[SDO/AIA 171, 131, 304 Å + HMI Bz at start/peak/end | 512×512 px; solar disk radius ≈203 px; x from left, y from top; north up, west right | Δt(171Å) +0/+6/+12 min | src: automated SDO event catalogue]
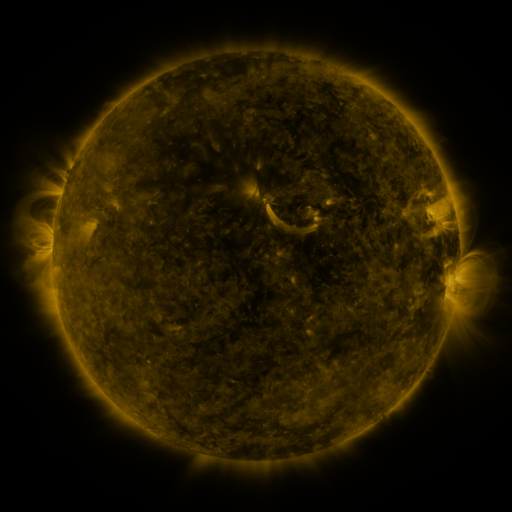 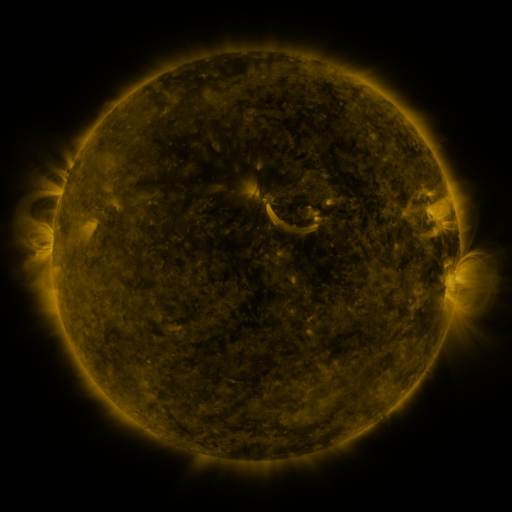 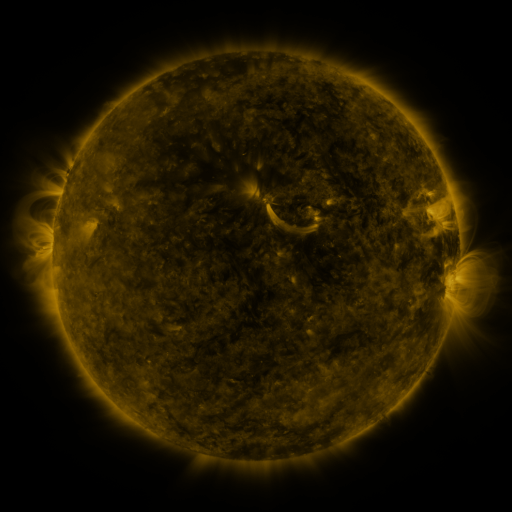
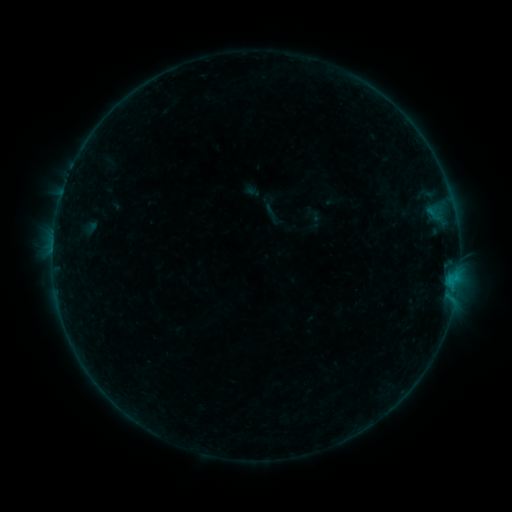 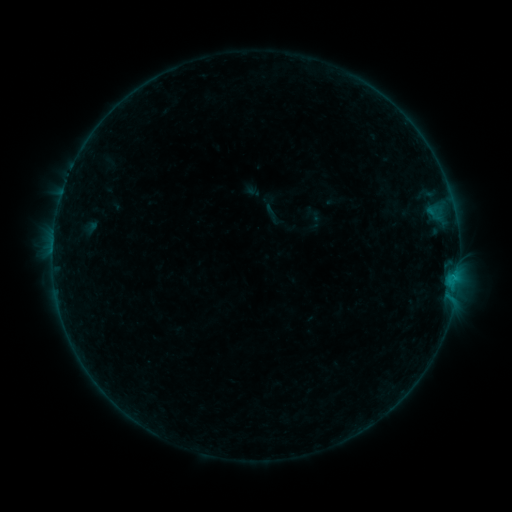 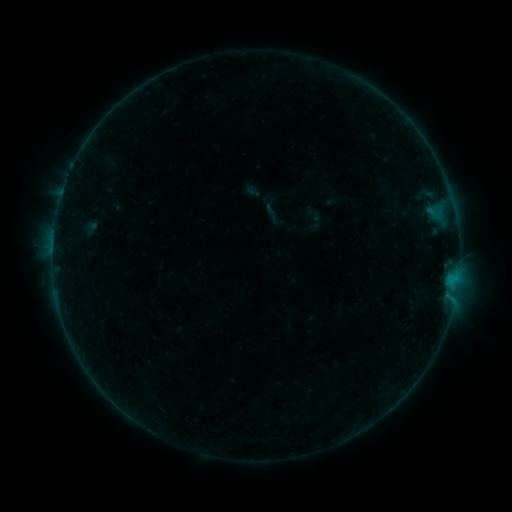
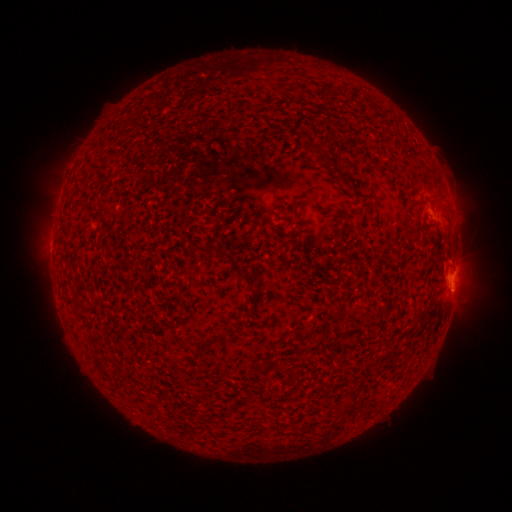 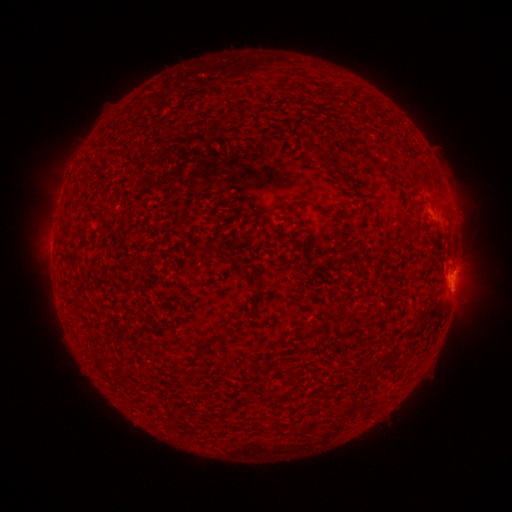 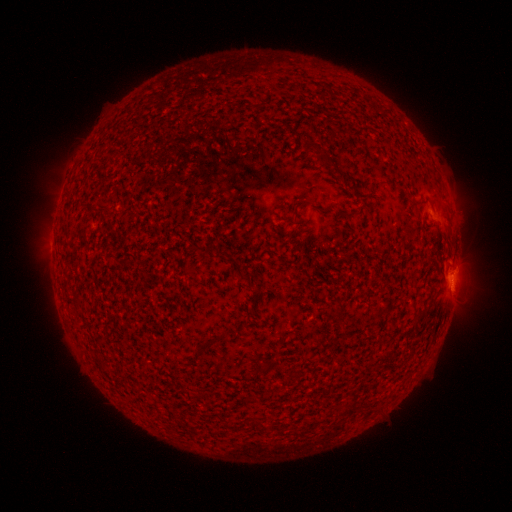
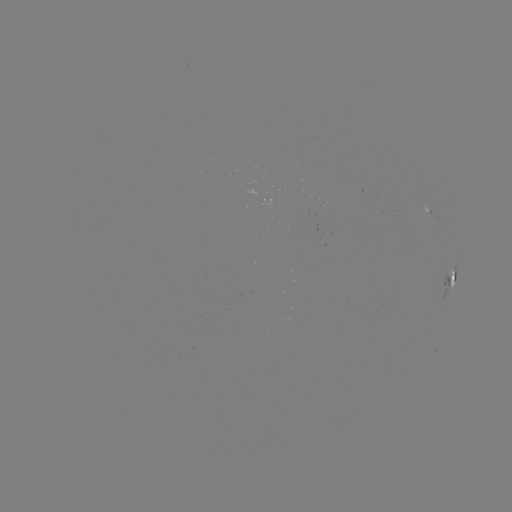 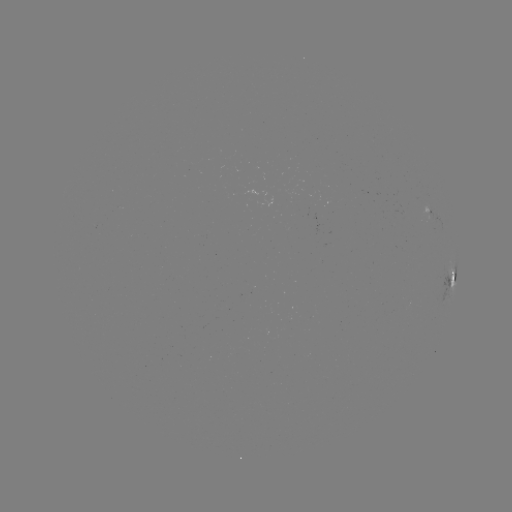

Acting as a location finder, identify B3.1 flare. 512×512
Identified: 452,274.